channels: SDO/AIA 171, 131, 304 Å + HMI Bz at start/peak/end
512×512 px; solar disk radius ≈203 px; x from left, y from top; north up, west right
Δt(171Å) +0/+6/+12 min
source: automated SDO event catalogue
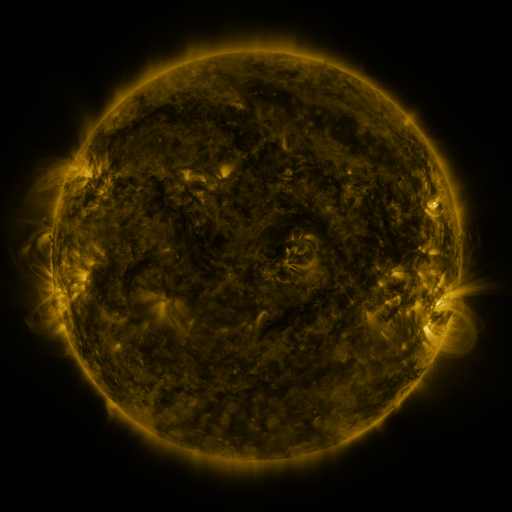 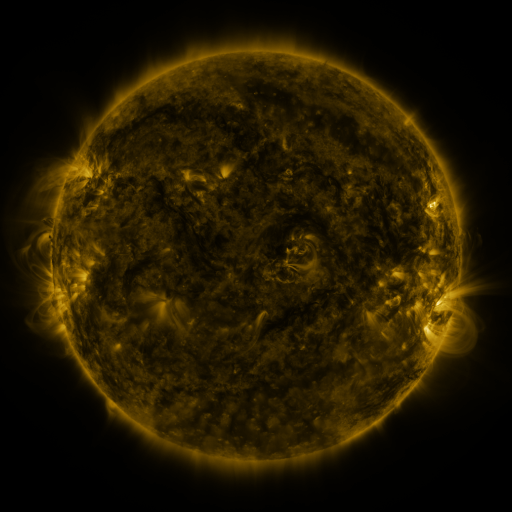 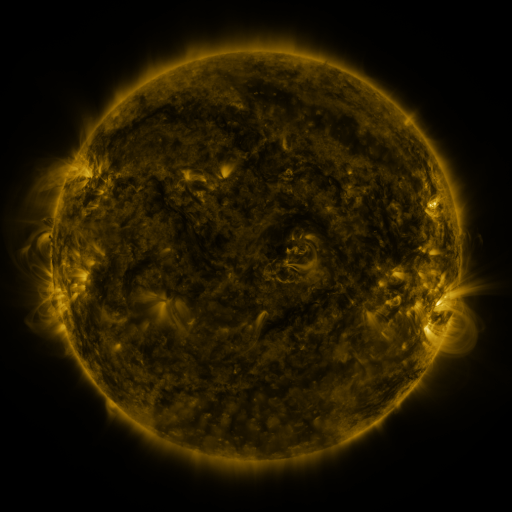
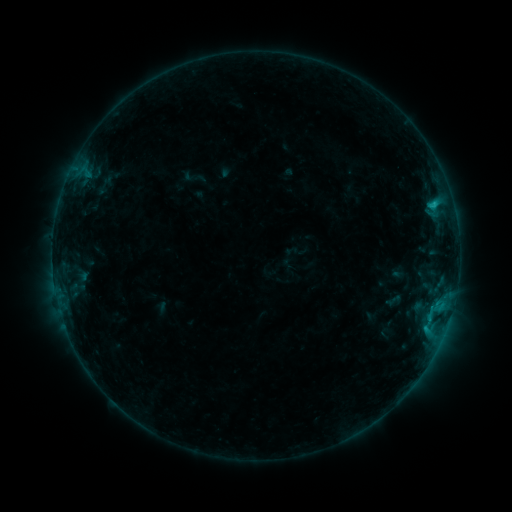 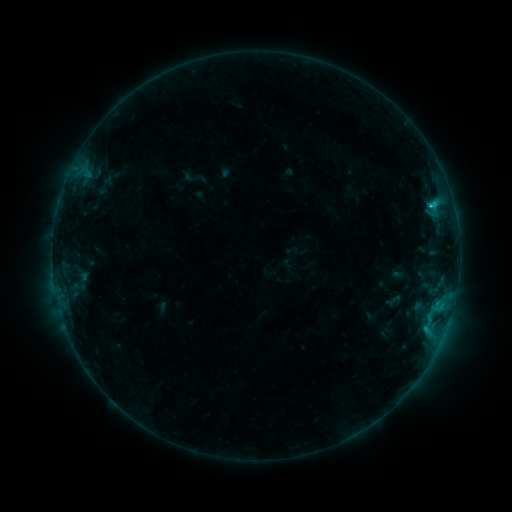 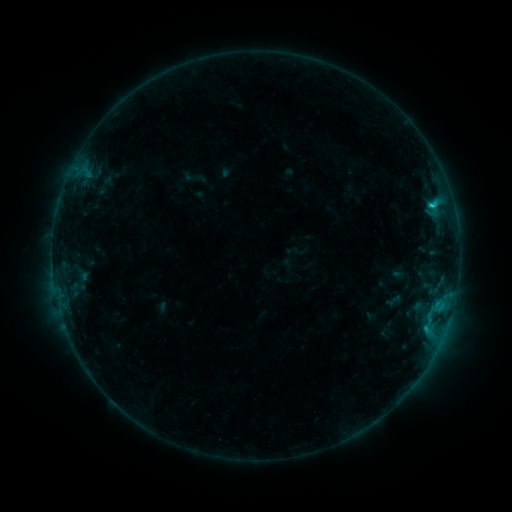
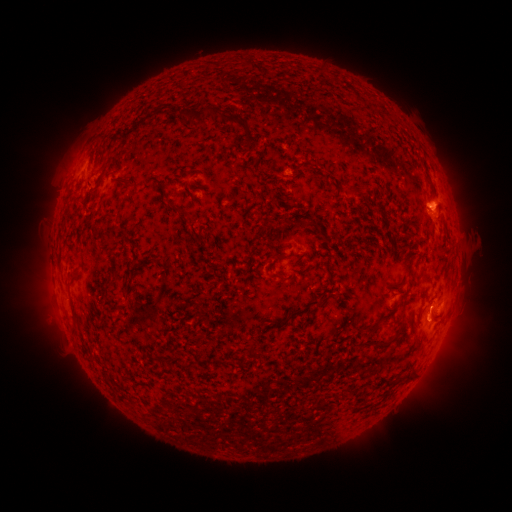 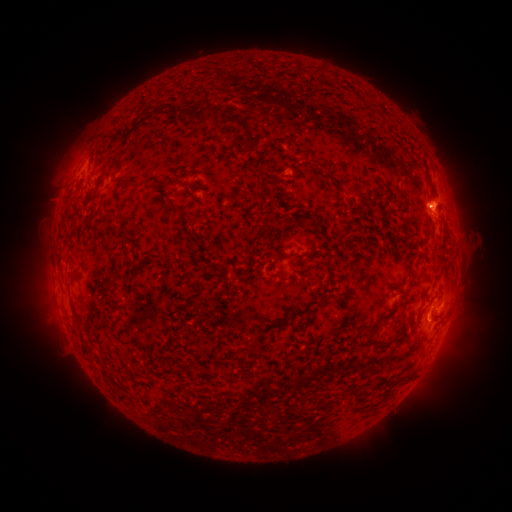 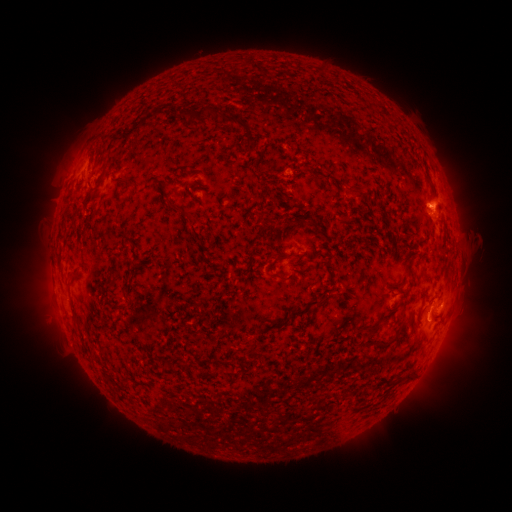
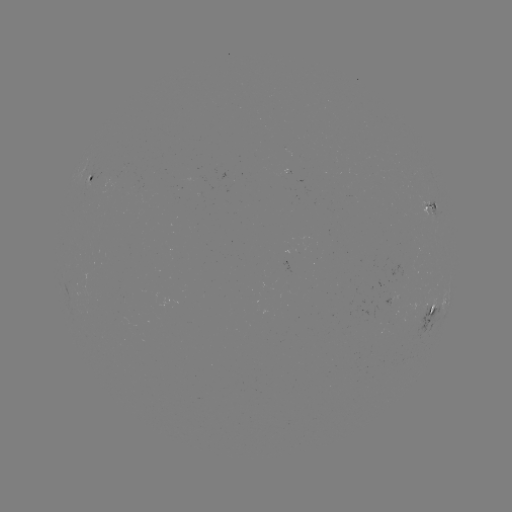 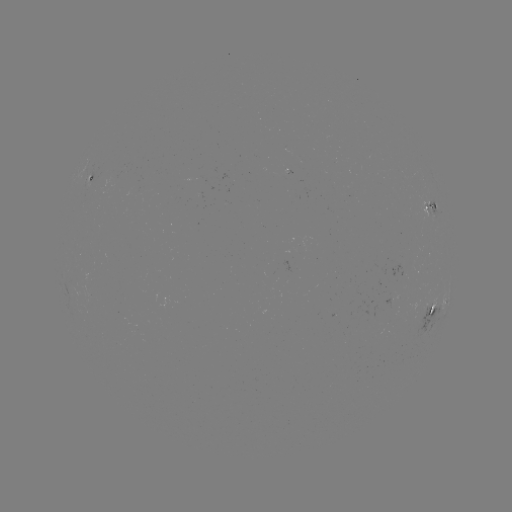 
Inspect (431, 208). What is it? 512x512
C1.1 flare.